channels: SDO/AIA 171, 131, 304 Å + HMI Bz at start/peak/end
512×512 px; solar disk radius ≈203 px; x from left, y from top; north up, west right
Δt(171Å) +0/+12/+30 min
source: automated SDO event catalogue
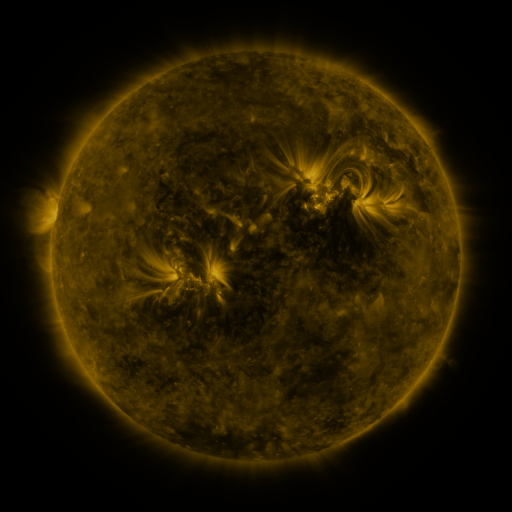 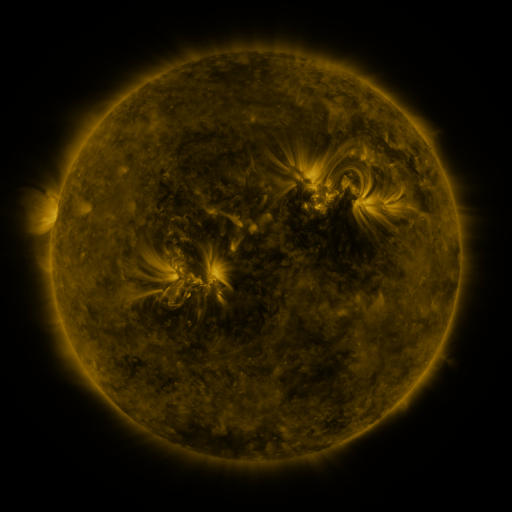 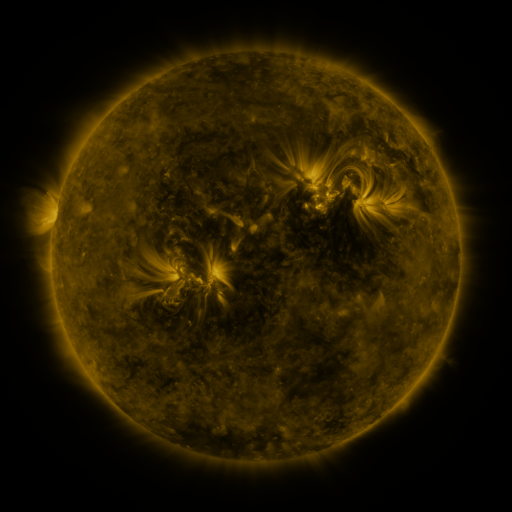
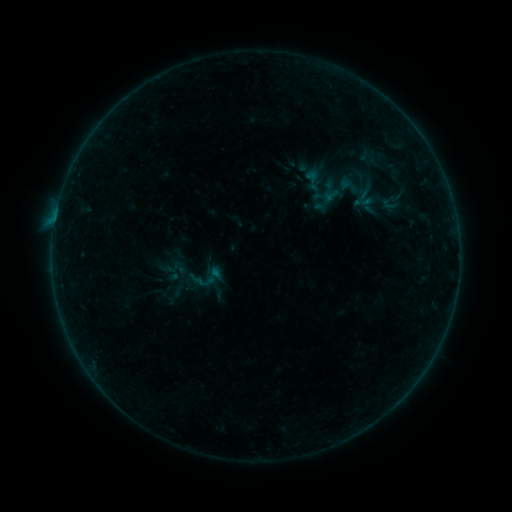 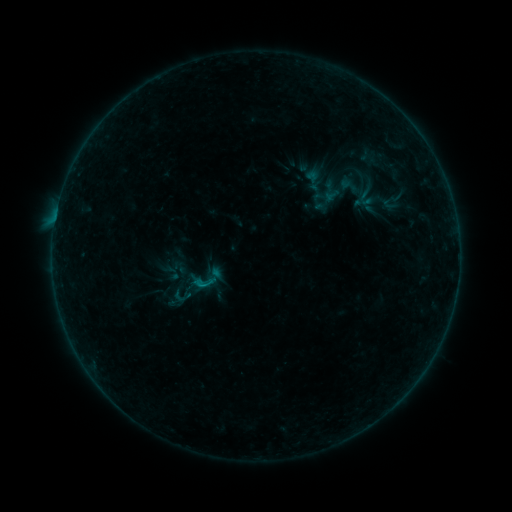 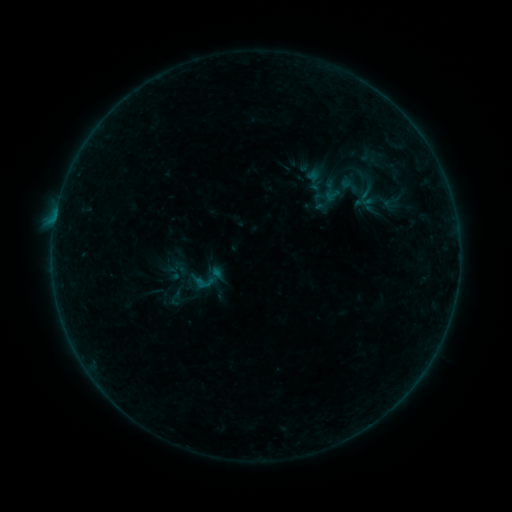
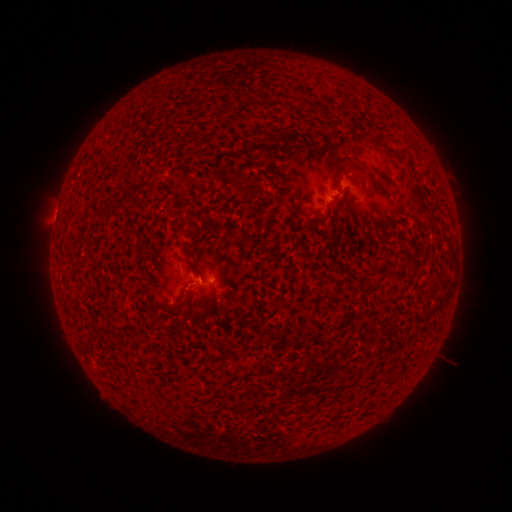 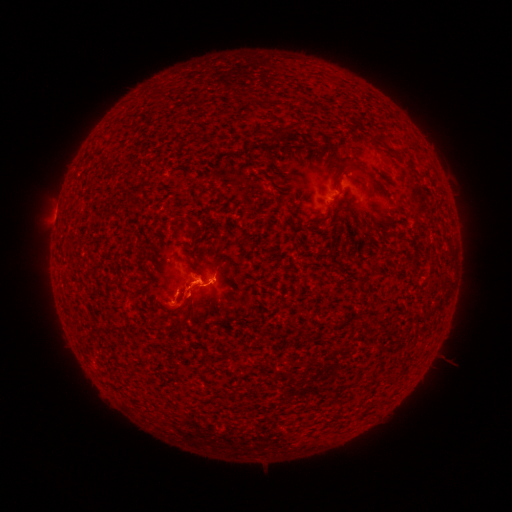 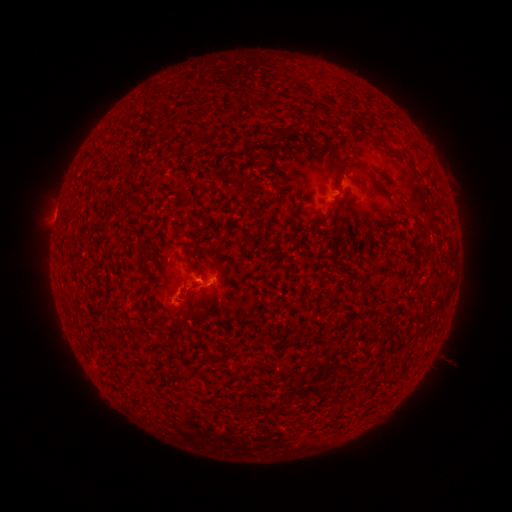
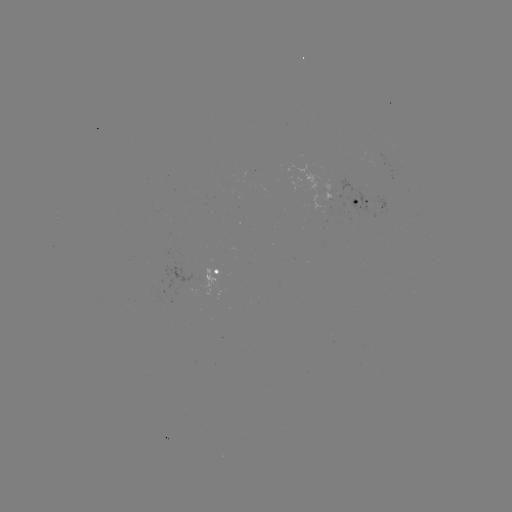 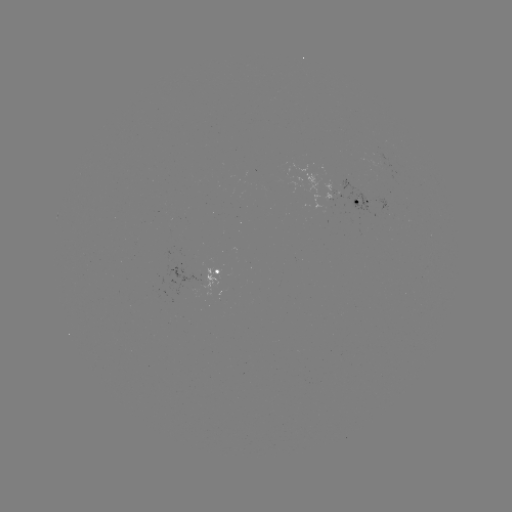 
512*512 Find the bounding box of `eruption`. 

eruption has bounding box [163, 249, 217, 327].